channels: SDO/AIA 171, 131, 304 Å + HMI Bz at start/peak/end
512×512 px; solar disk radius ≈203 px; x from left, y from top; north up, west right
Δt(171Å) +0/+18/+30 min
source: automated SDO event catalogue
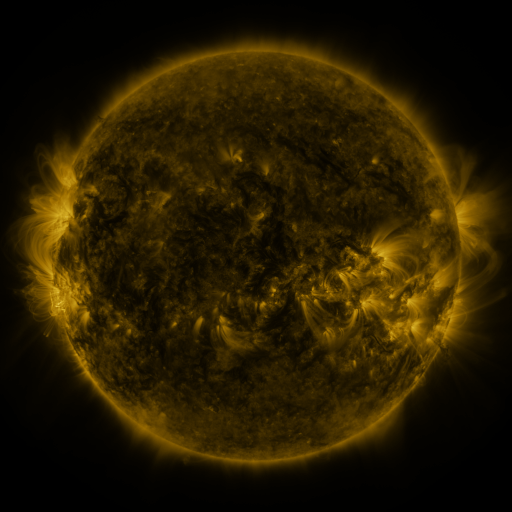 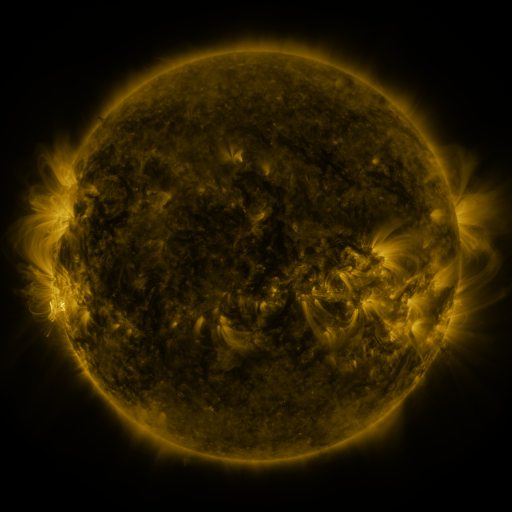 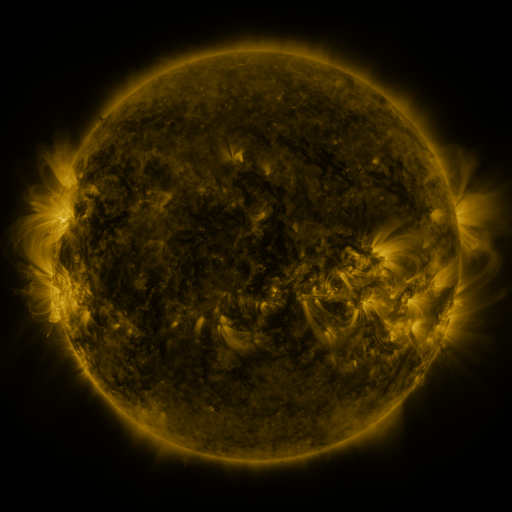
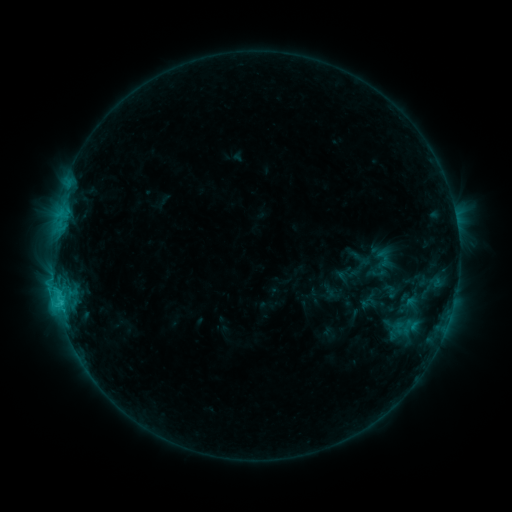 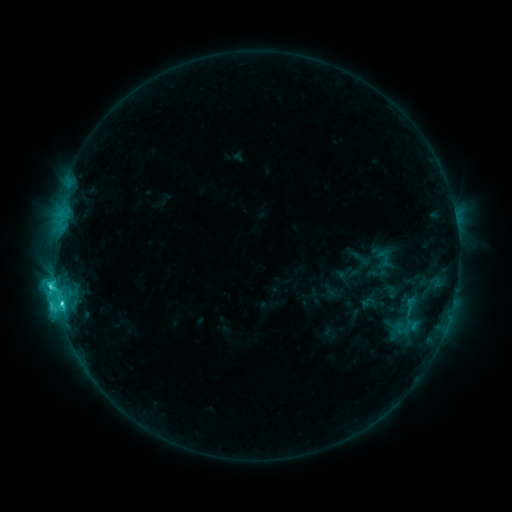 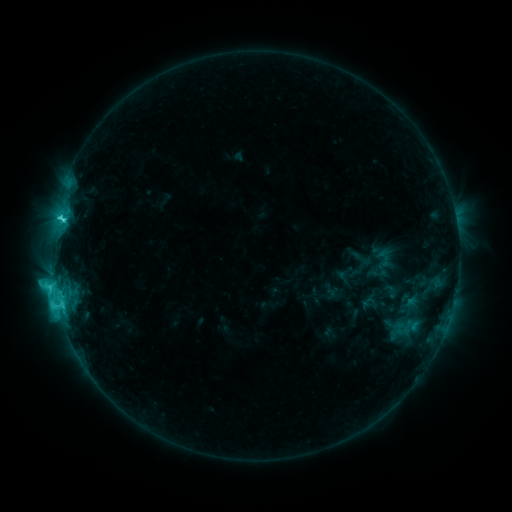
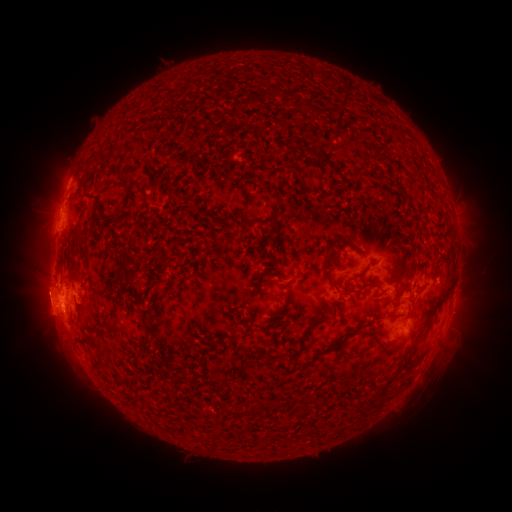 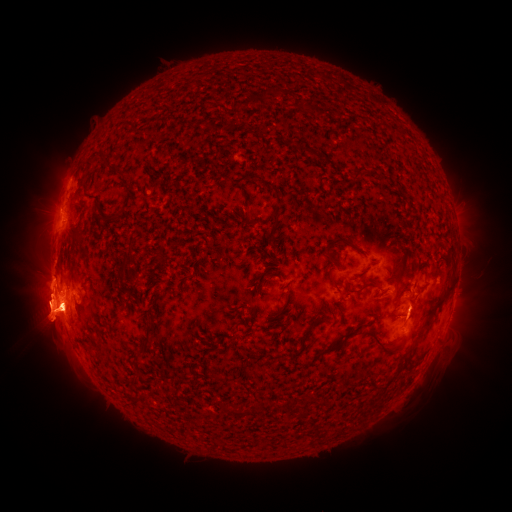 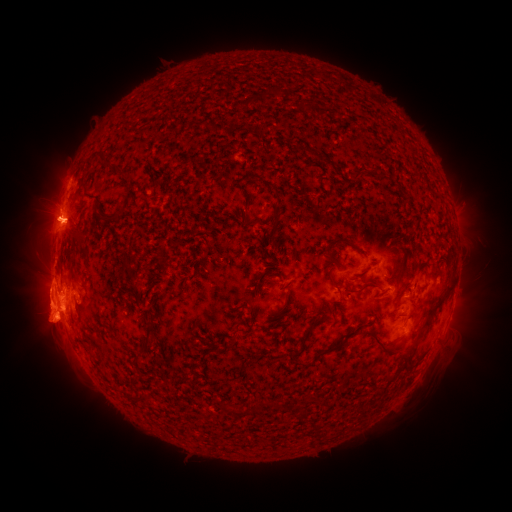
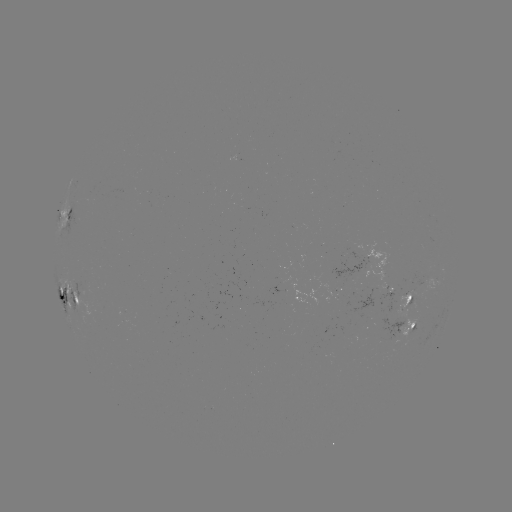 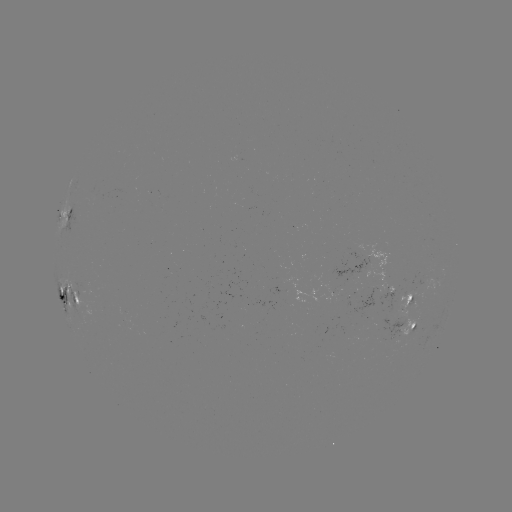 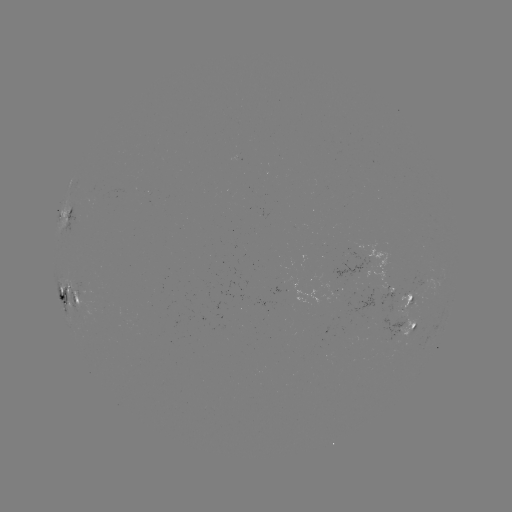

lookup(C8.5 flare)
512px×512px [61, 301]